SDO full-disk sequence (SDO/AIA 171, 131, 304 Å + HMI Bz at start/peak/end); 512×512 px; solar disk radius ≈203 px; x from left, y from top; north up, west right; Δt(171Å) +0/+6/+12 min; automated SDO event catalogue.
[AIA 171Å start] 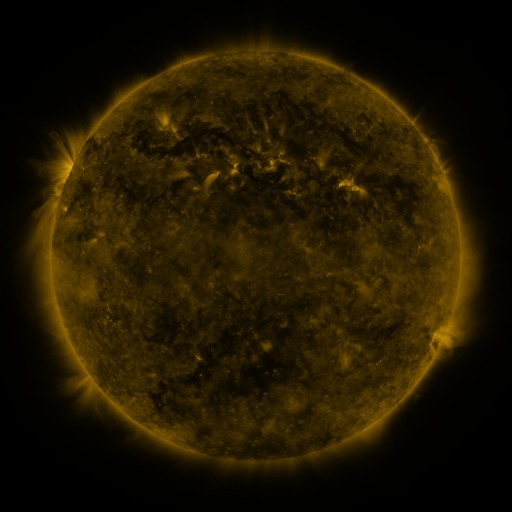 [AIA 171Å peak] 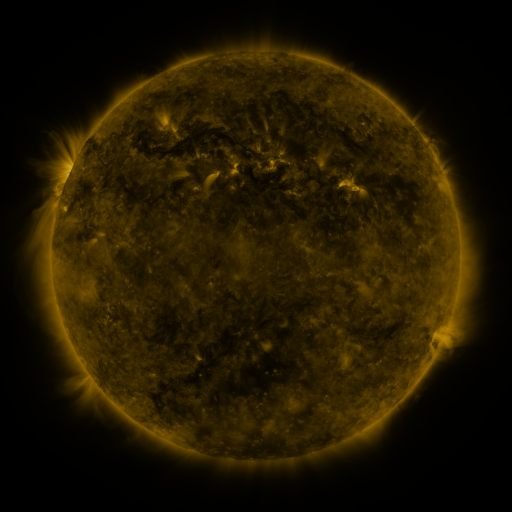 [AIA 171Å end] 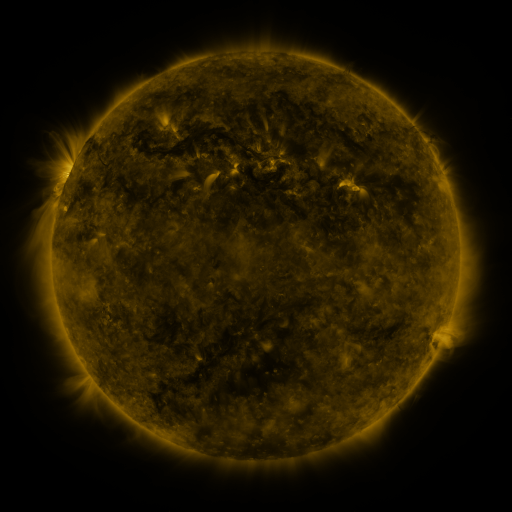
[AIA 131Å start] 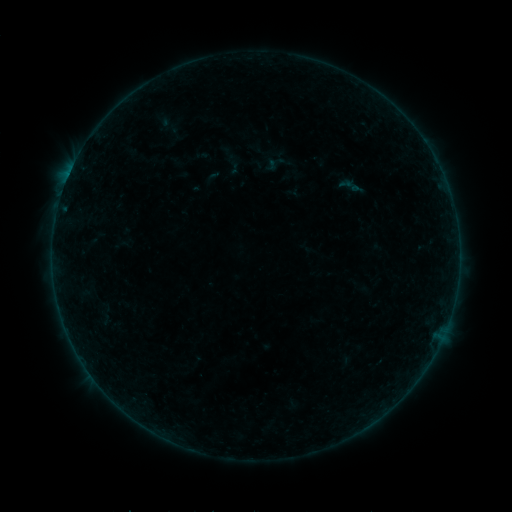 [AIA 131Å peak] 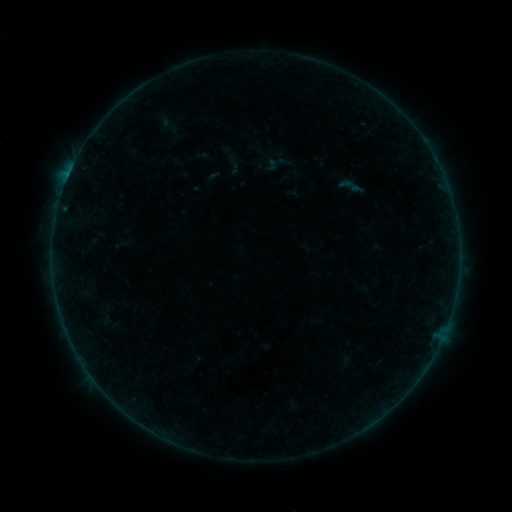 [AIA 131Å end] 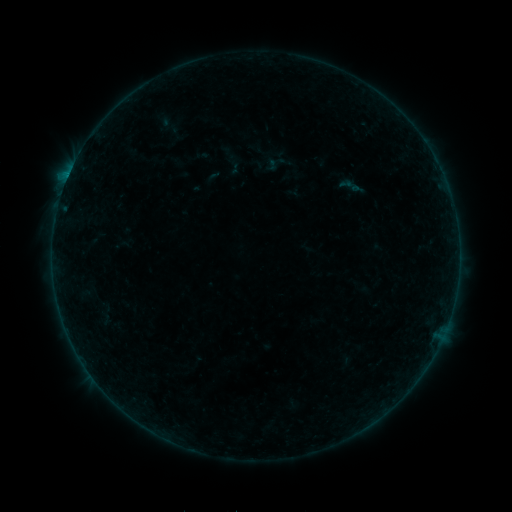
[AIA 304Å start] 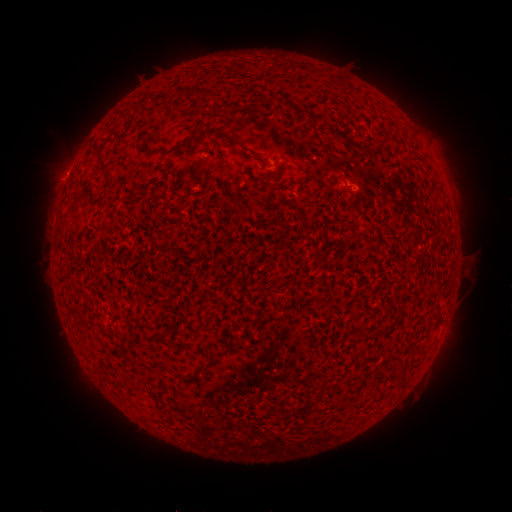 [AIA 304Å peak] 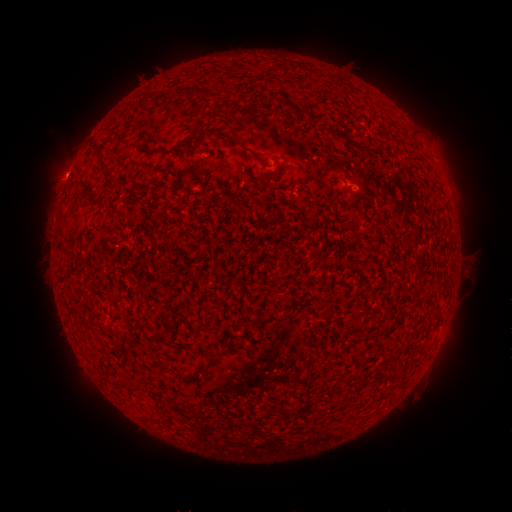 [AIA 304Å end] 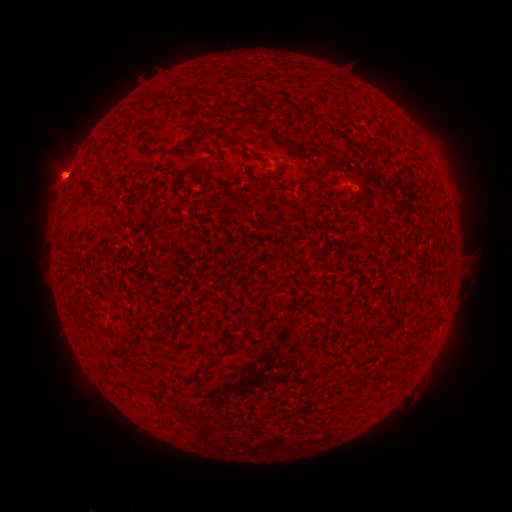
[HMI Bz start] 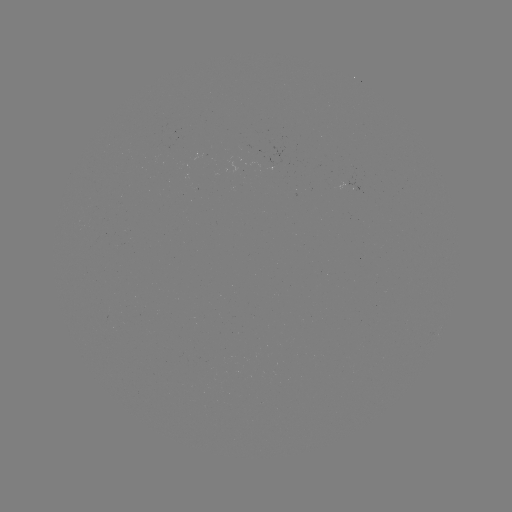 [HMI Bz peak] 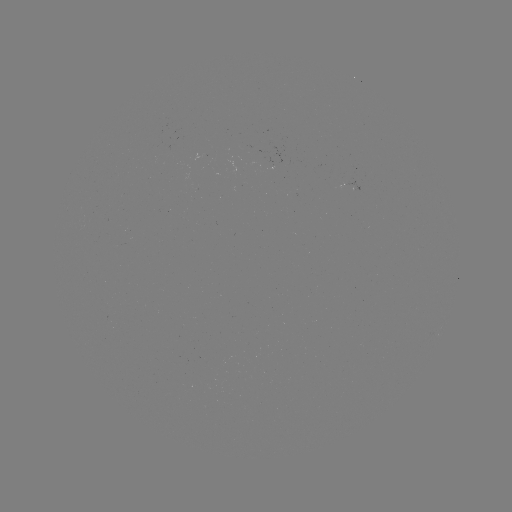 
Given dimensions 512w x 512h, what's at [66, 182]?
B2.3 flare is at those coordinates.